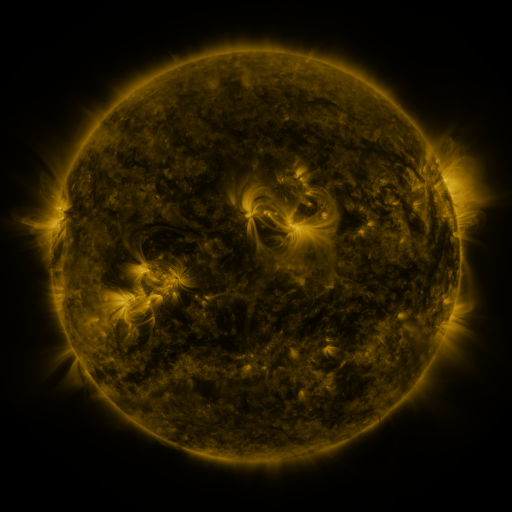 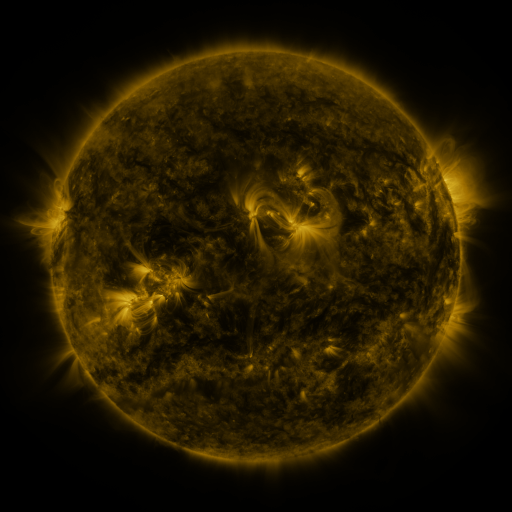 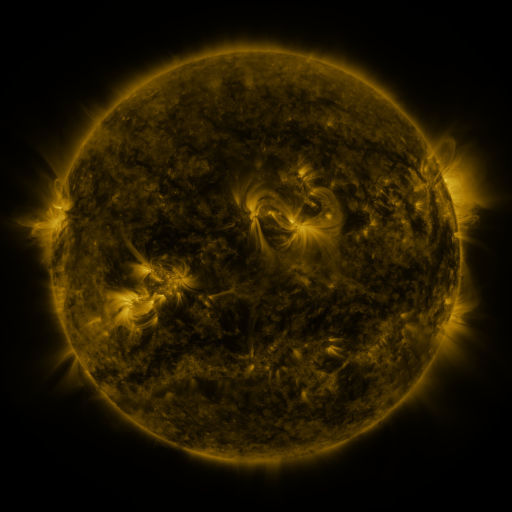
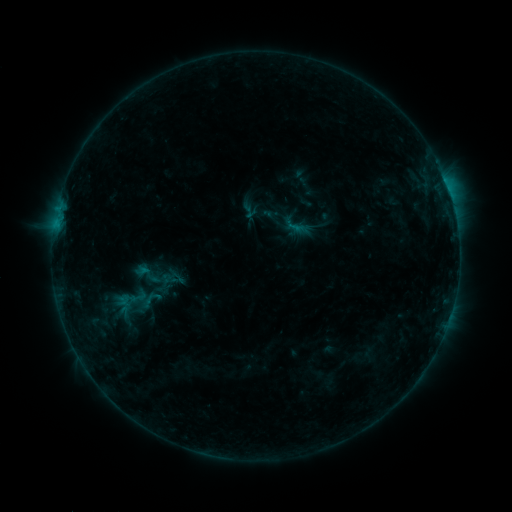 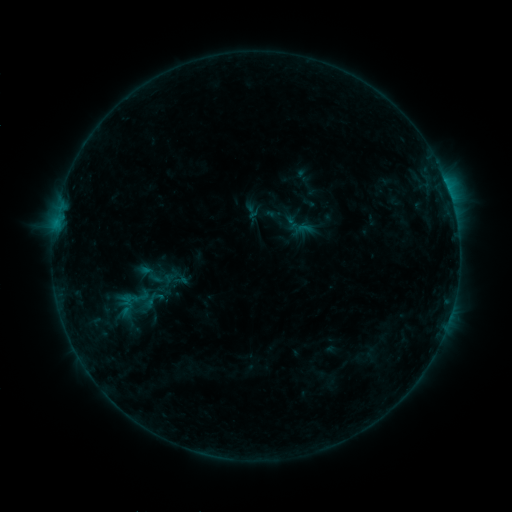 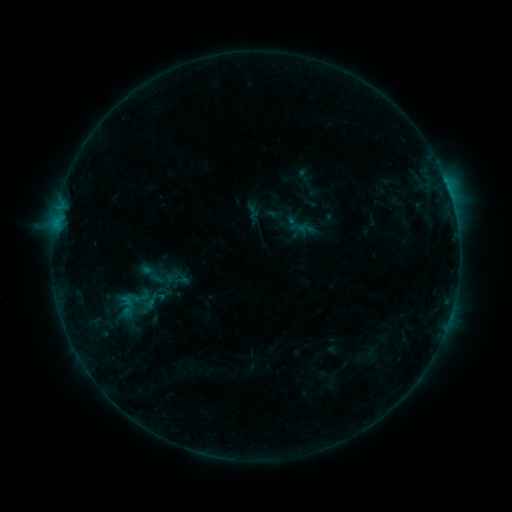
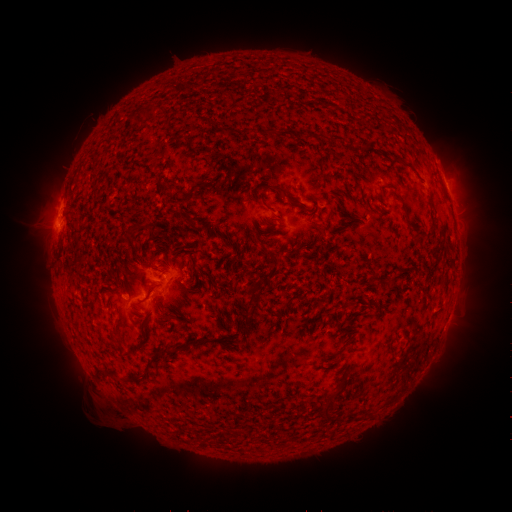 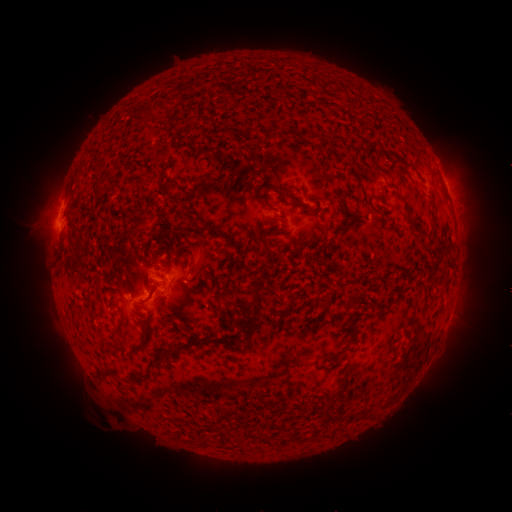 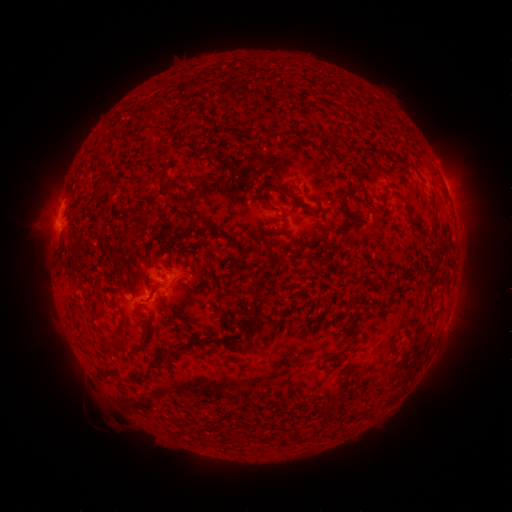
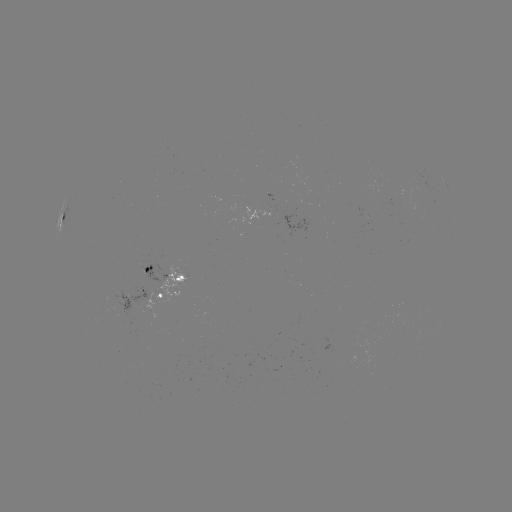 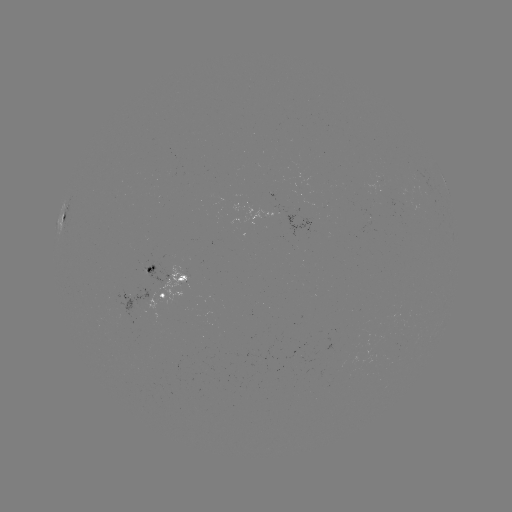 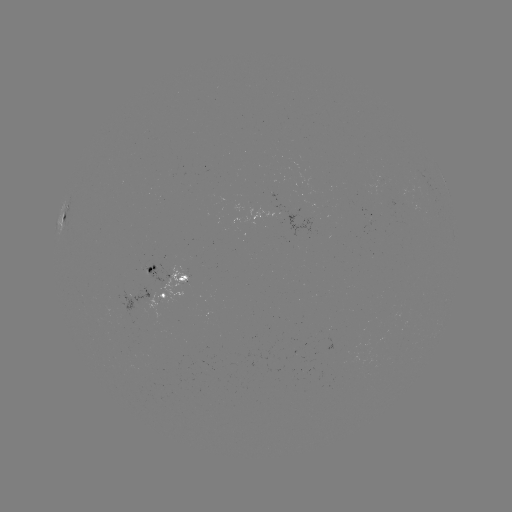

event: emerging-flux region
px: (182, 280)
